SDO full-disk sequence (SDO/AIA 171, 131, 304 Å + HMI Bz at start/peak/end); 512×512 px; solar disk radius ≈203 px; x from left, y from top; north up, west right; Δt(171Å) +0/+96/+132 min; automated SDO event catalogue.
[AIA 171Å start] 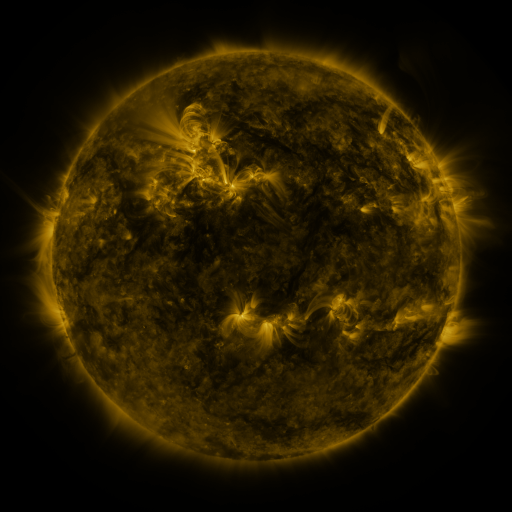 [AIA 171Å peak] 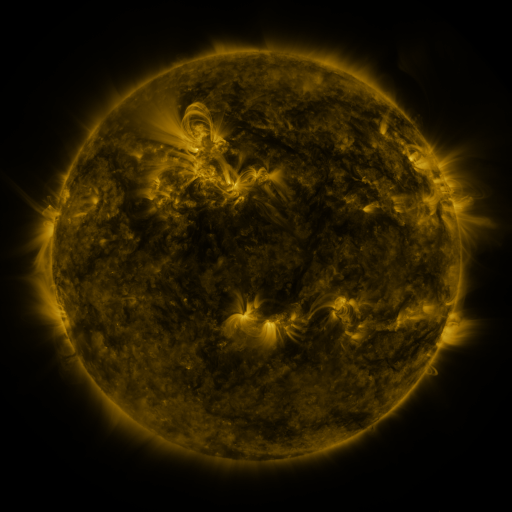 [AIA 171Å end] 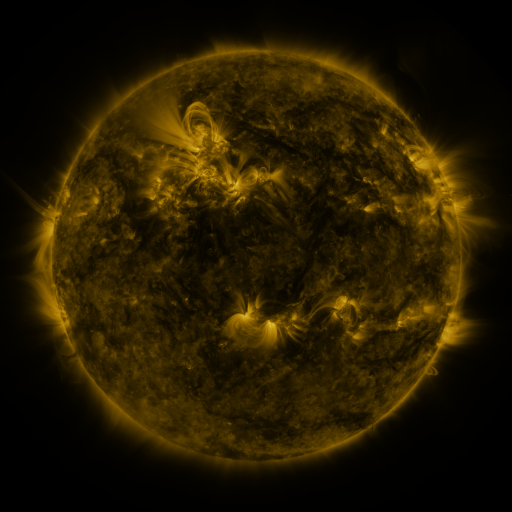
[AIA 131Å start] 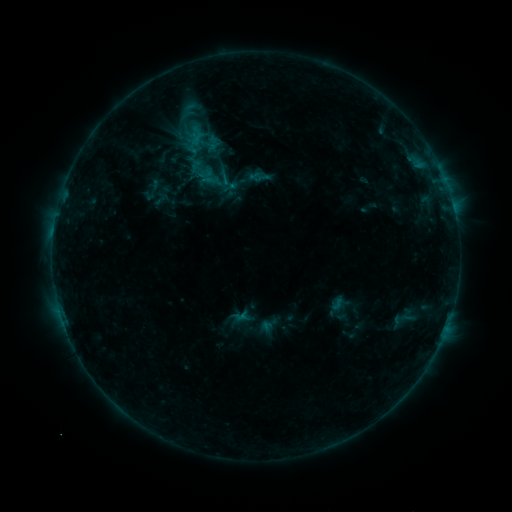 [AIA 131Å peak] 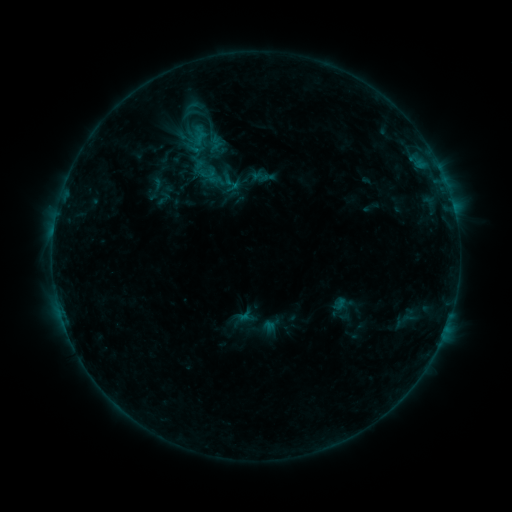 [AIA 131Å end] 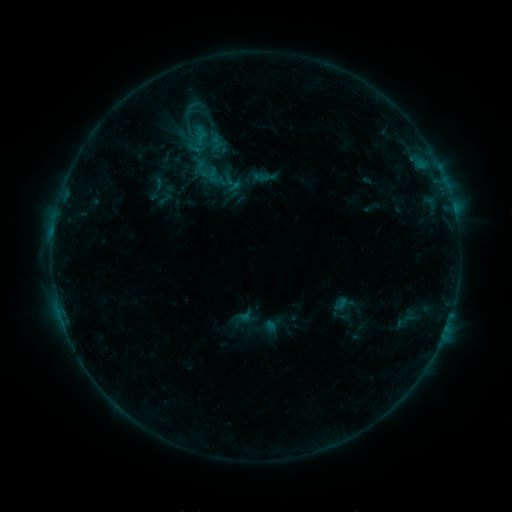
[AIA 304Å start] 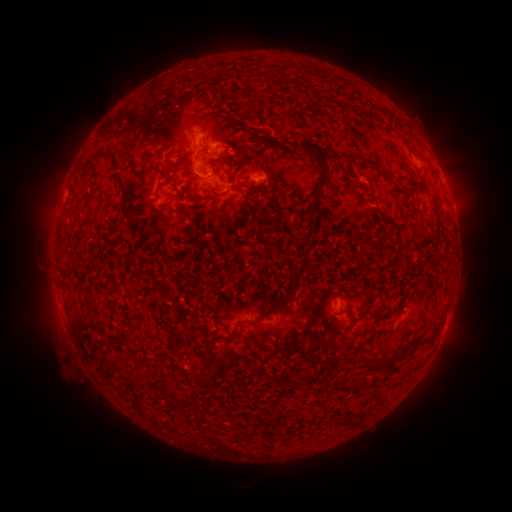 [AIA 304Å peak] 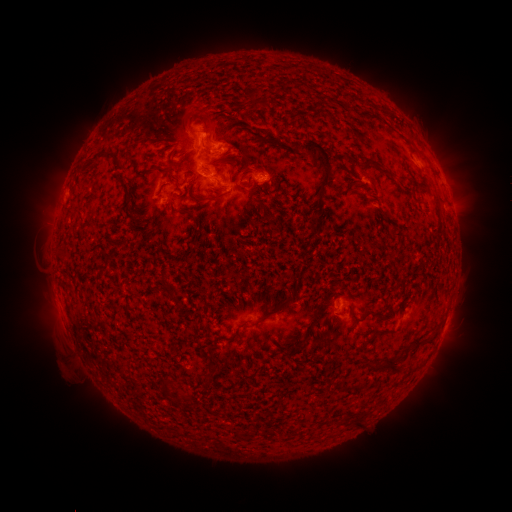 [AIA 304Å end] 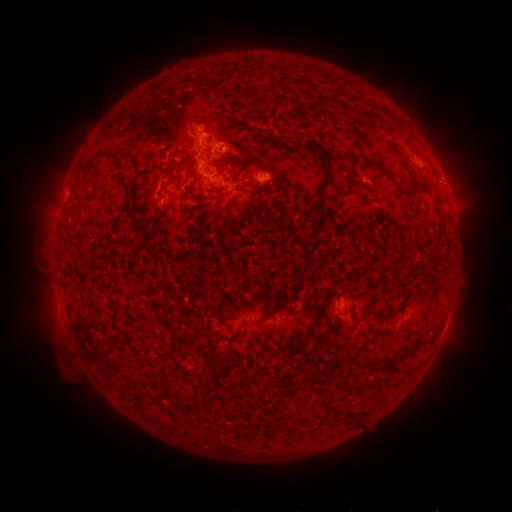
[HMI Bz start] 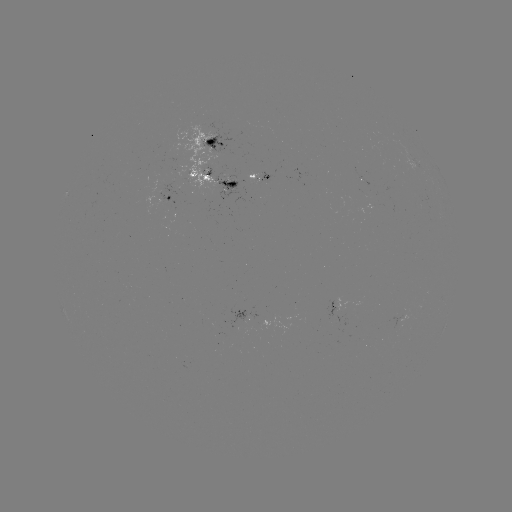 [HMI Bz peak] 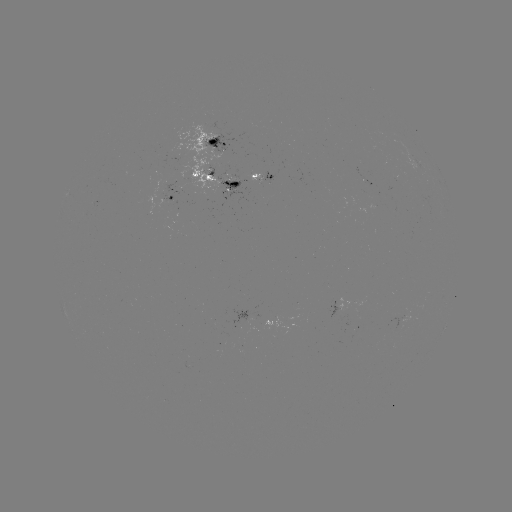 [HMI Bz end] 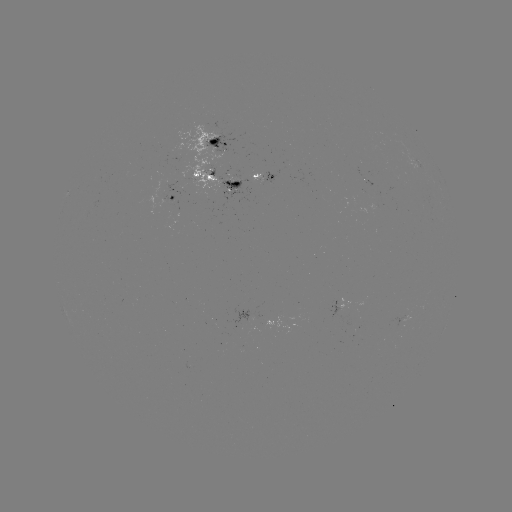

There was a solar emerging-flux region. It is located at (226, 176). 